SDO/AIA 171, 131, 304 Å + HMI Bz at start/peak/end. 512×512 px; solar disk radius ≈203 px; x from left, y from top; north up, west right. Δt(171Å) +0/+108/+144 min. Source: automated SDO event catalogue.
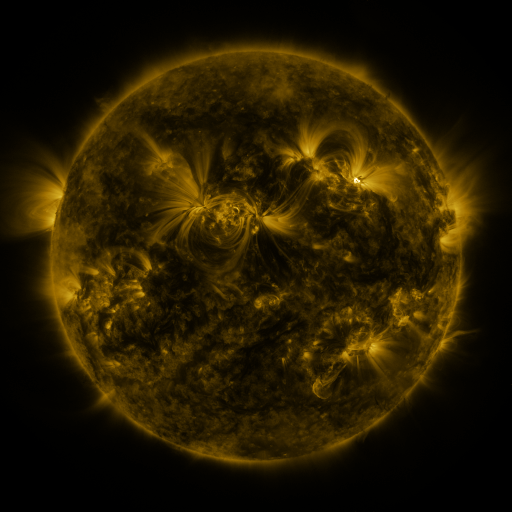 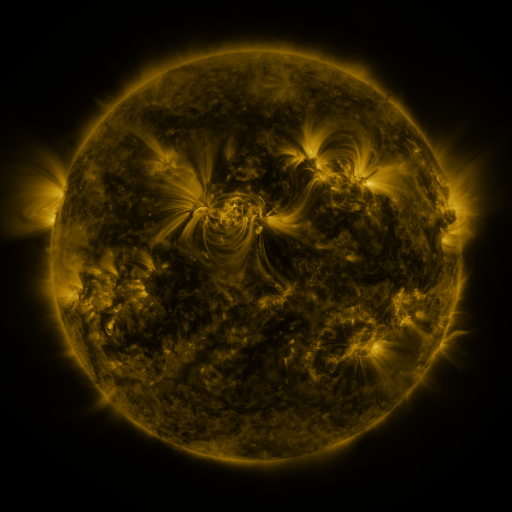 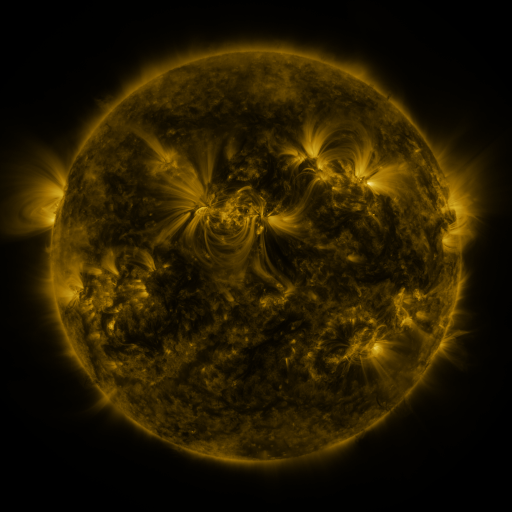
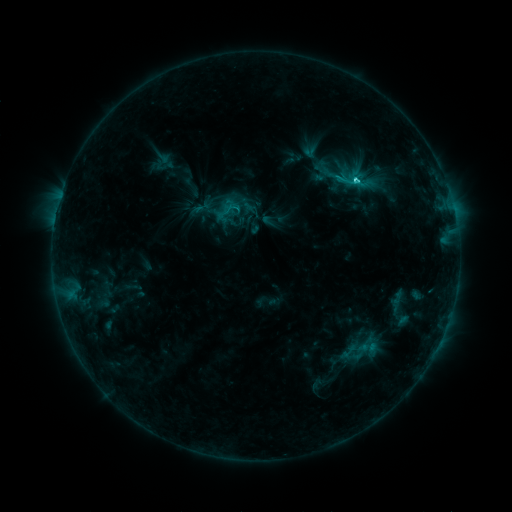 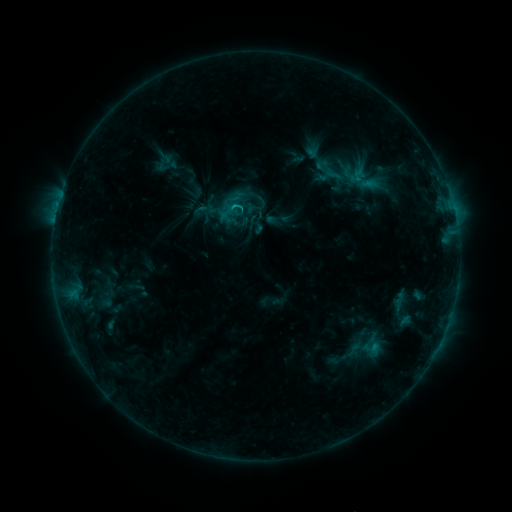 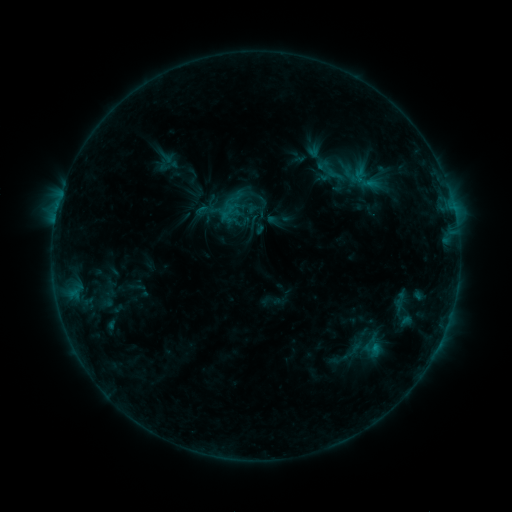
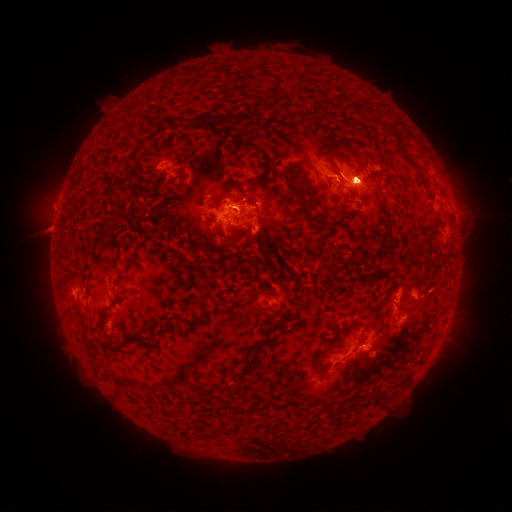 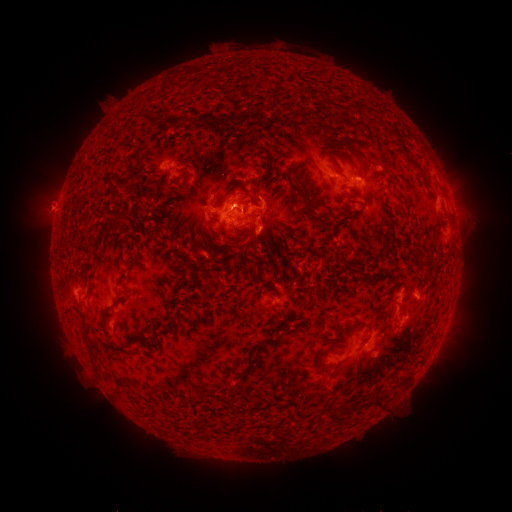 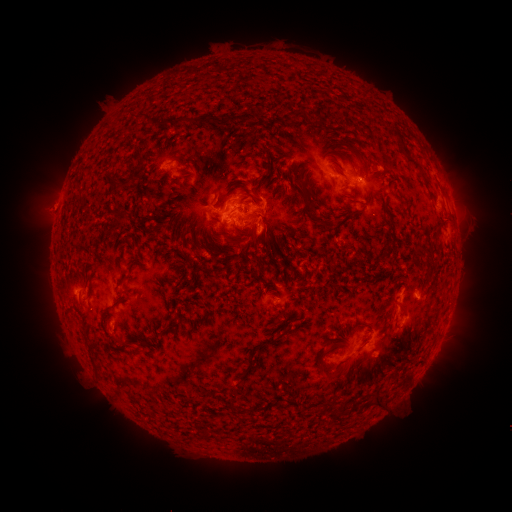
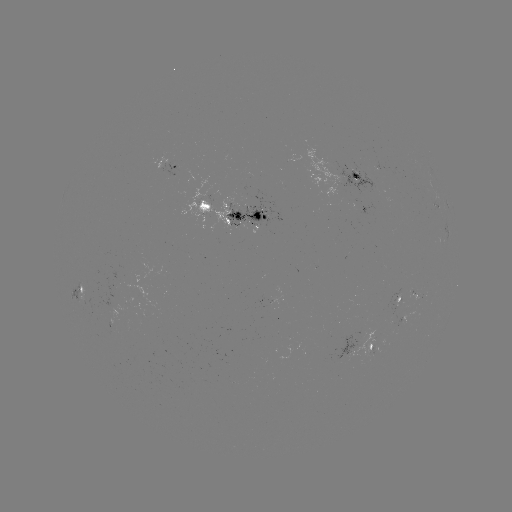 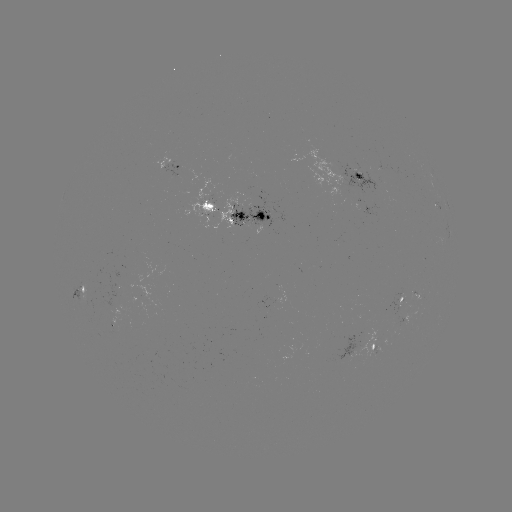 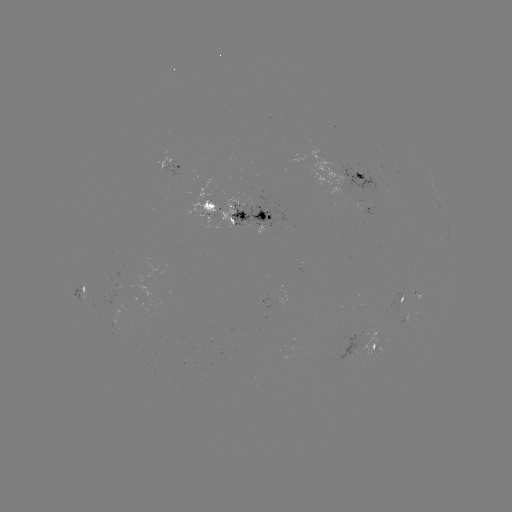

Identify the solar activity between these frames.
emerging-flux region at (300, 268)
